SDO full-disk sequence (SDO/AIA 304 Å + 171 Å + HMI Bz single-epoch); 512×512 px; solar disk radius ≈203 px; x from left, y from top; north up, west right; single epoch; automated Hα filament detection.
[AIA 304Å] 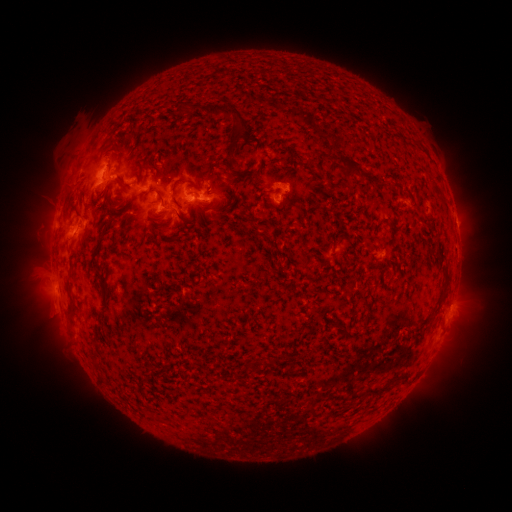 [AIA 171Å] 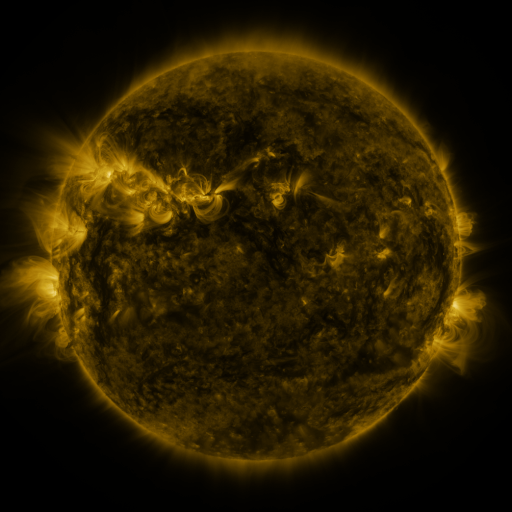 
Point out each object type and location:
filament: (226, 112)
filament: (314, 134)
filament: (228, 167)
filament: (351, 167)
filament: (179, 169)
filament: (108, 180)
filament: (181, 182)
filament: (217, 184)
filament: (393, 184)
filament: (285, 204)
filament: (169, 209)
filament: (217, 217)
filament: (96, 220)
filament: (161, 223)
filament: (83, 239)
filament: (320, 249)
filament: (108, 299)
filament: (433, 313)
filament: (190, 315)
filament: (73, 317)
filament: (347, 329)
filament: (273, 361)
filament: (99, 366)
filament: (291, 372)
filament: (378, 390)
